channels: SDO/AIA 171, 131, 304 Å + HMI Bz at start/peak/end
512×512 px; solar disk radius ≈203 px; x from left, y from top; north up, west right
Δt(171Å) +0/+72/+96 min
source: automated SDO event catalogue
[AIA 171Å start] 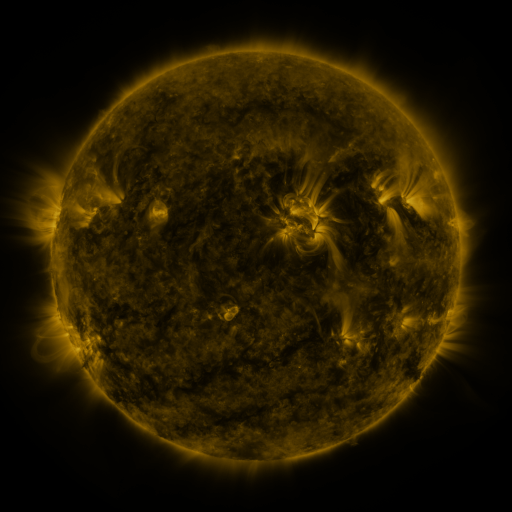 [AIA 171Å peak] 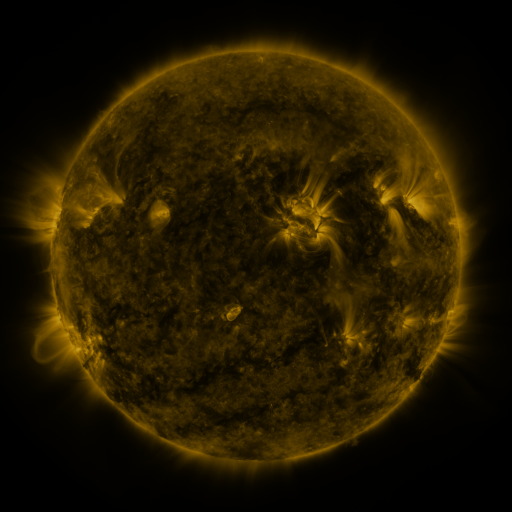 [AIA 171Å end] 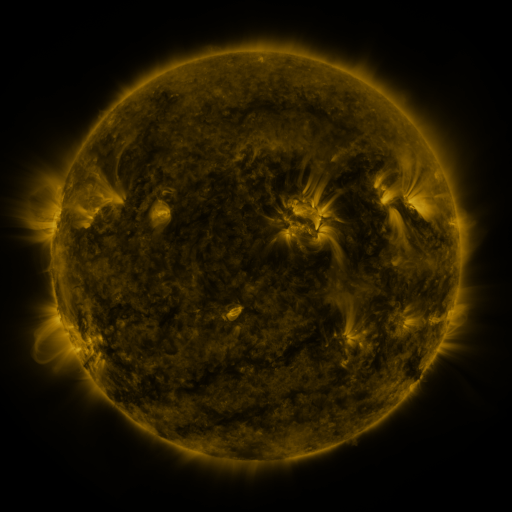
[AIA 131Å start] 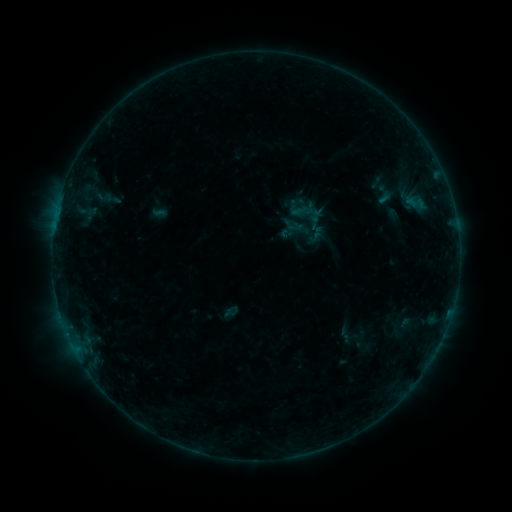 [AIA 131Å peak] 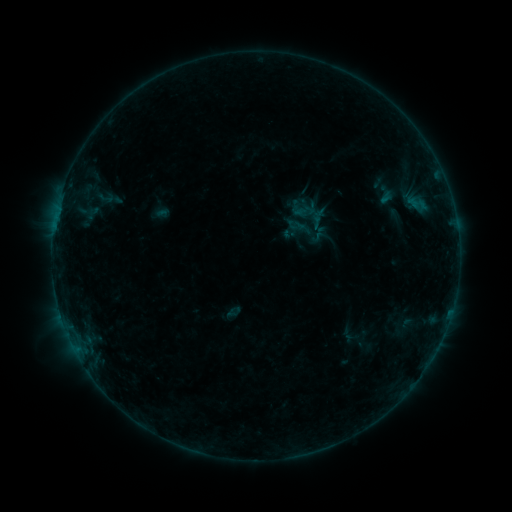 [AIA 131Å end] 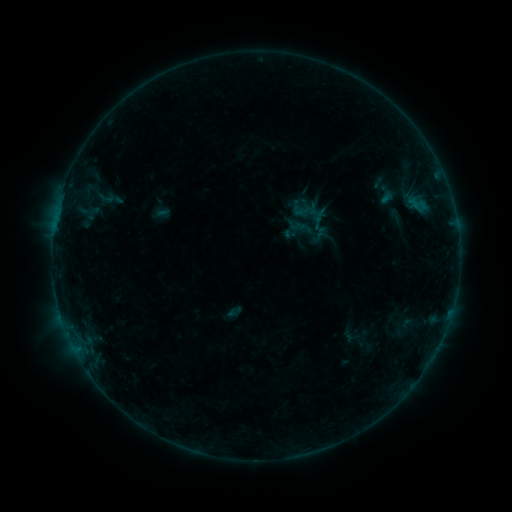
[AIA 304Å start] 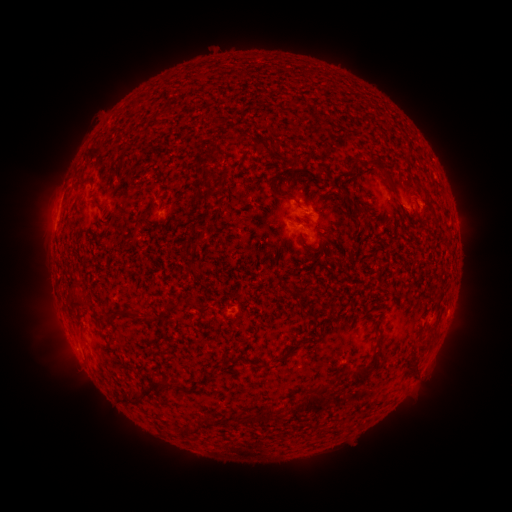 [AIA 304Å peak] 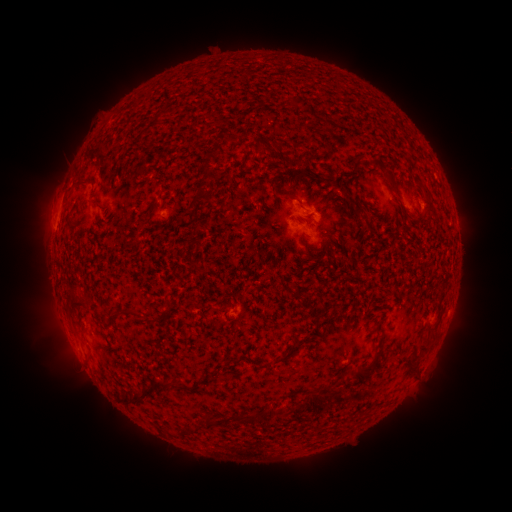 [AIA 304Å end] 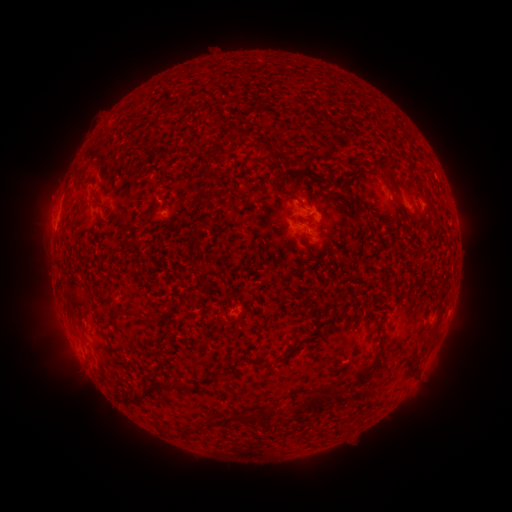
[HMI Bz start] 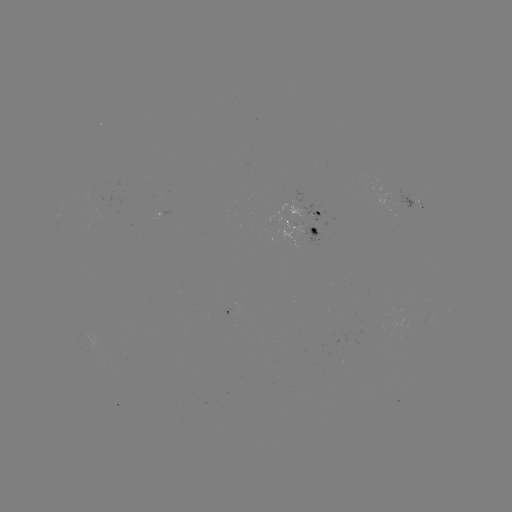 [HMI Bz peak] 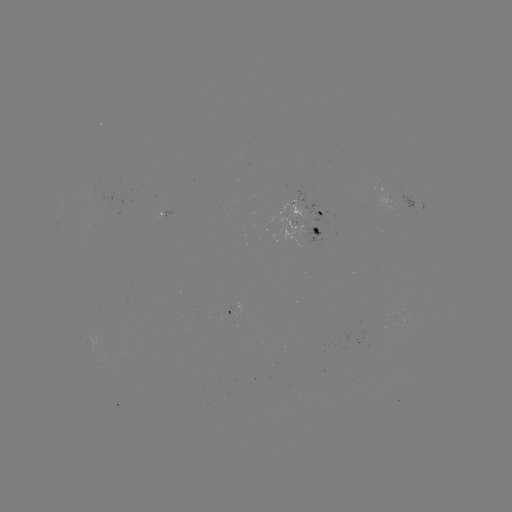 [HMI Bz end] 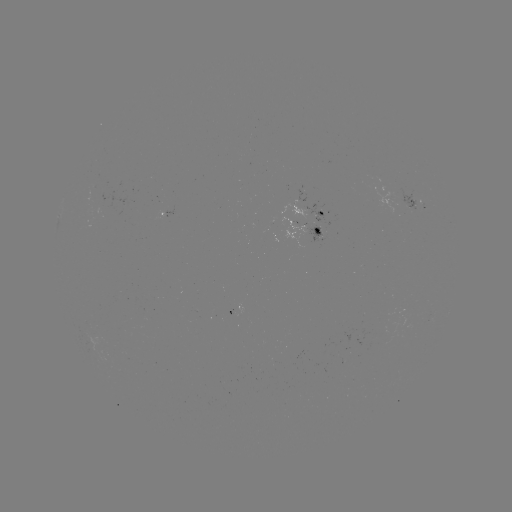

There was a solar emerging-flux region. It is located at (317, 230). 